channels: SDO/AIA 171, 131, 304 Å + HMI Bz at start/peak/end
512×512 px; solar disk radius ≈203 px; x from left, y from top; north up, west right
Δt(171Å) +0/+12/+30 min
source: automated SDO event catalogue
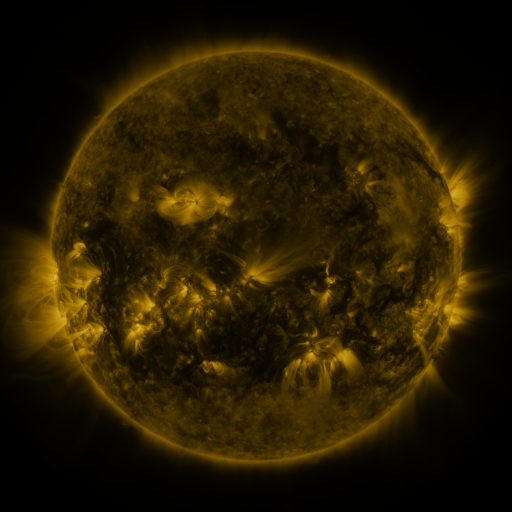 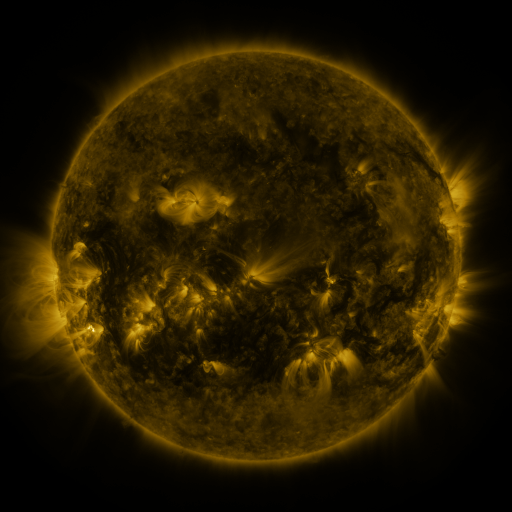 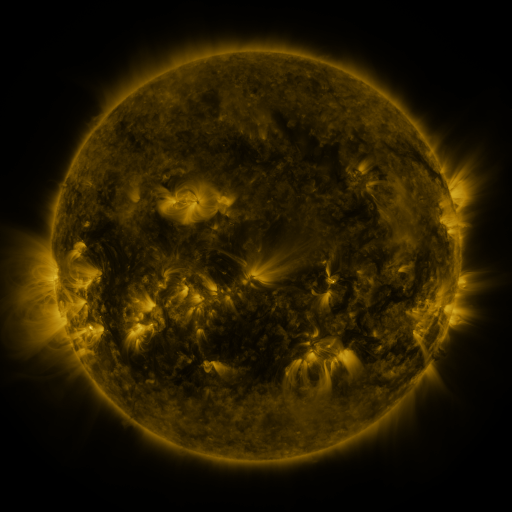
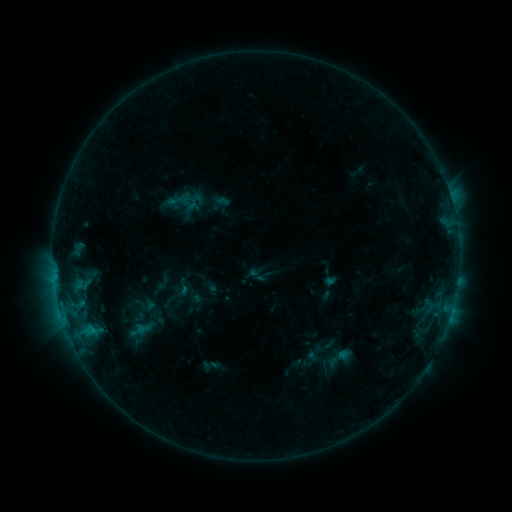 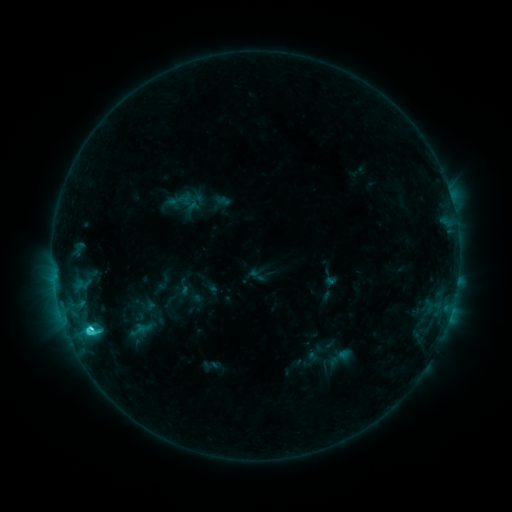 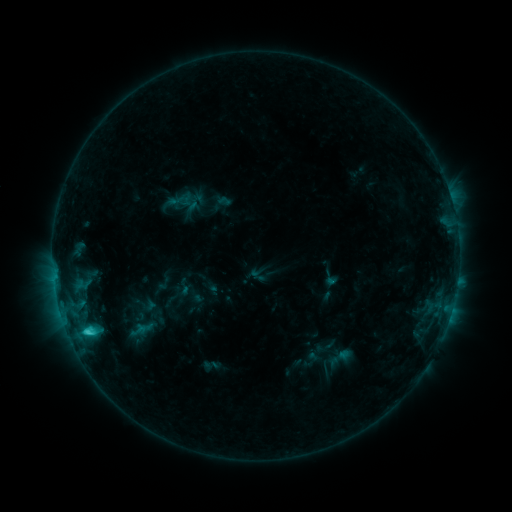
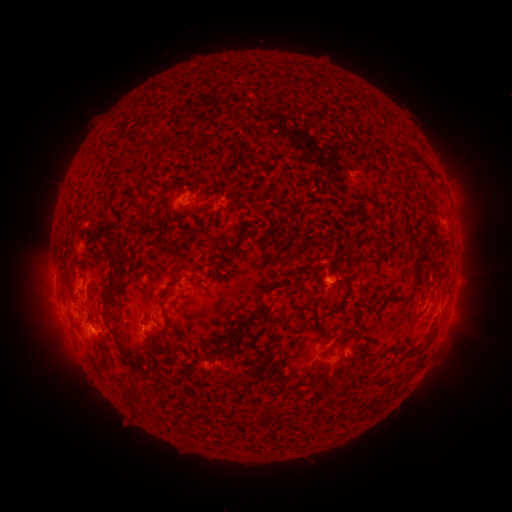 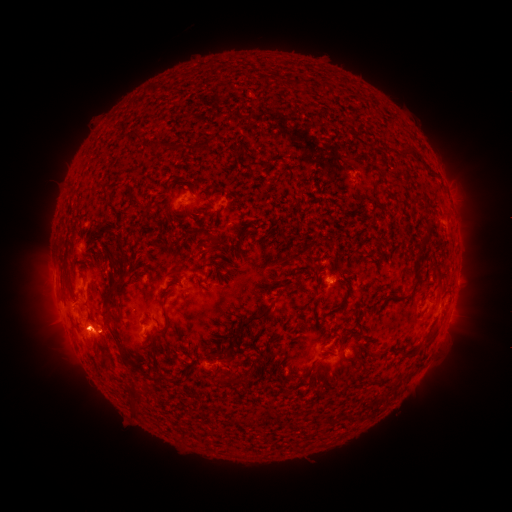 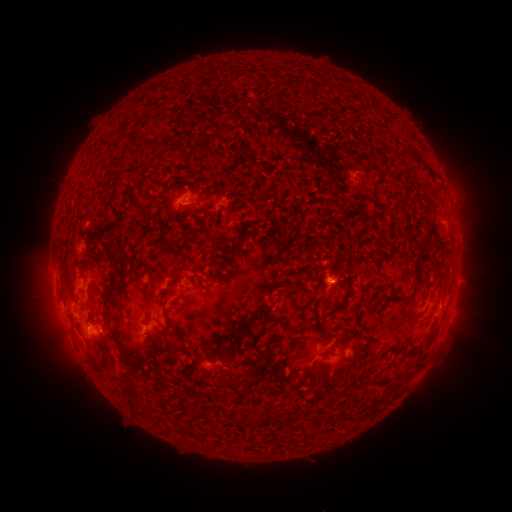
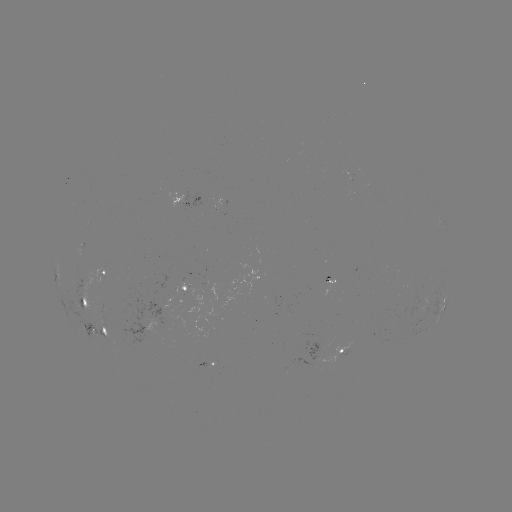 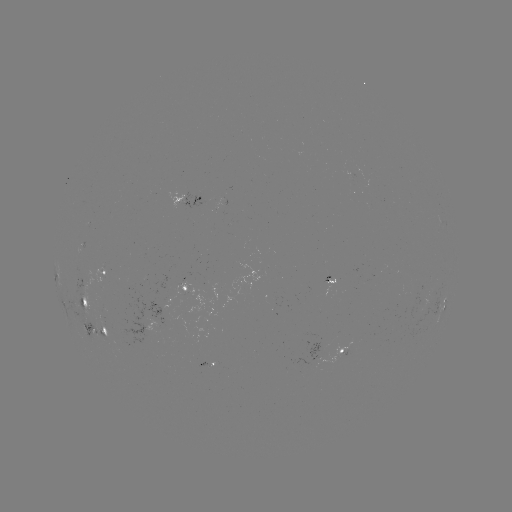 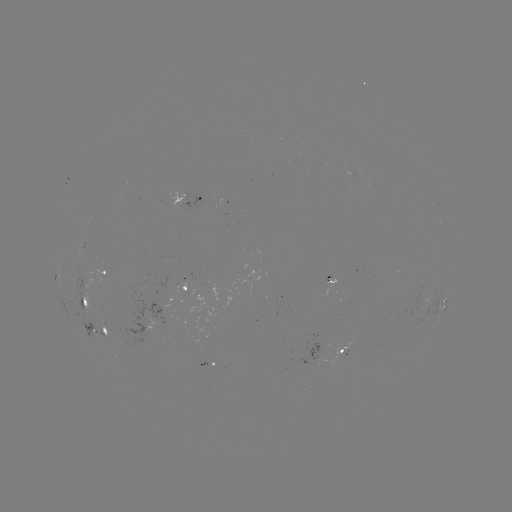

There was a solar flare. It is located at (92, 327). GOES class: C3.4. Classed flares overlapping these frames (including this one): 1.